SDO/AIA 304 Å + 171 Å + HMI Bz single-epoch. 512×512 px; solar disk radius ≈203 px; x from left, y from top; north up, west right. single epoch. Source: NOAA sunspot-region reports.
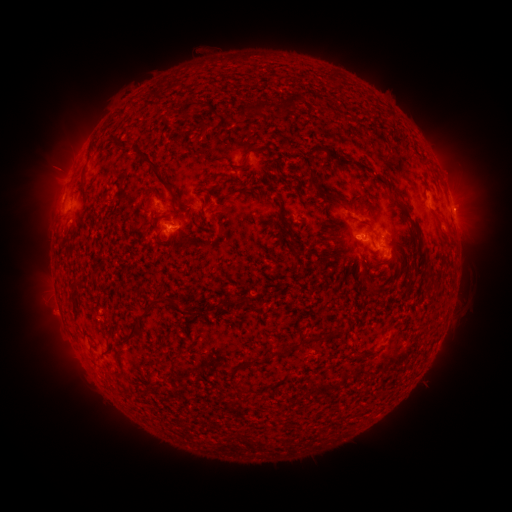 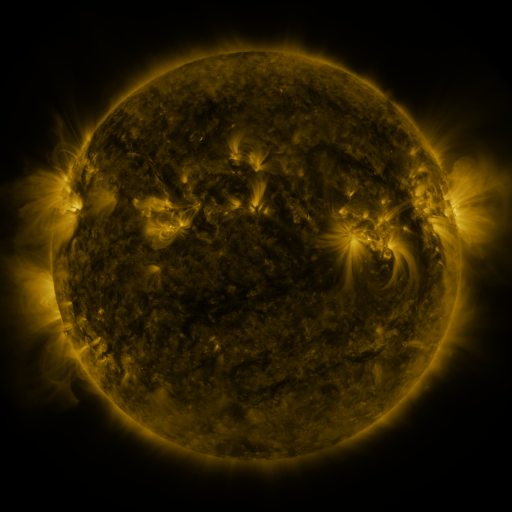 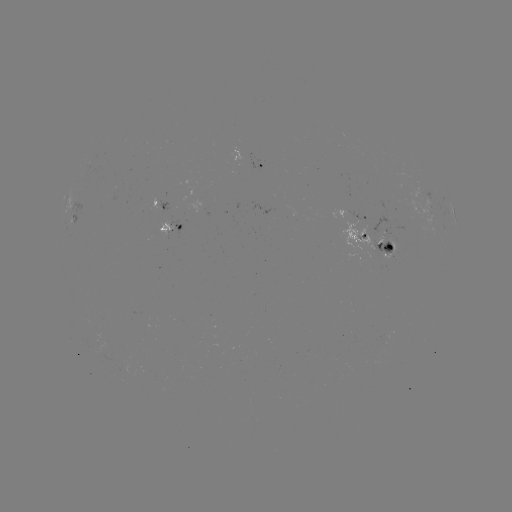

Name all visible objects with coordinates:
spotted active region: (262, 168)
spotted active region: (452, 212)
spotted active region: (360, 216)
spotted active region: (171, 224)
spotted active region: (371, 240)
